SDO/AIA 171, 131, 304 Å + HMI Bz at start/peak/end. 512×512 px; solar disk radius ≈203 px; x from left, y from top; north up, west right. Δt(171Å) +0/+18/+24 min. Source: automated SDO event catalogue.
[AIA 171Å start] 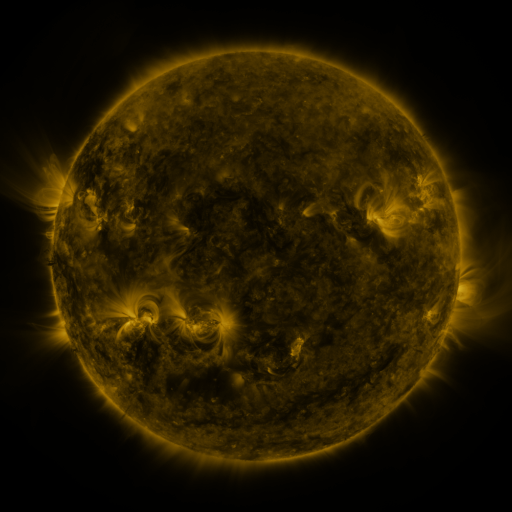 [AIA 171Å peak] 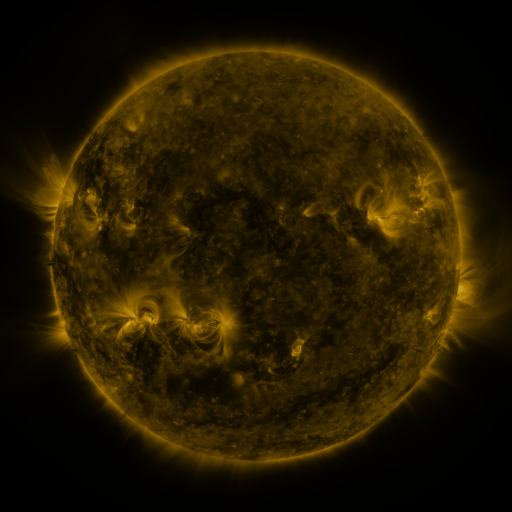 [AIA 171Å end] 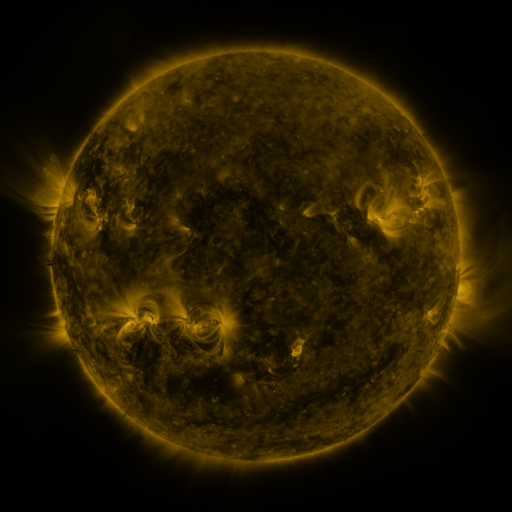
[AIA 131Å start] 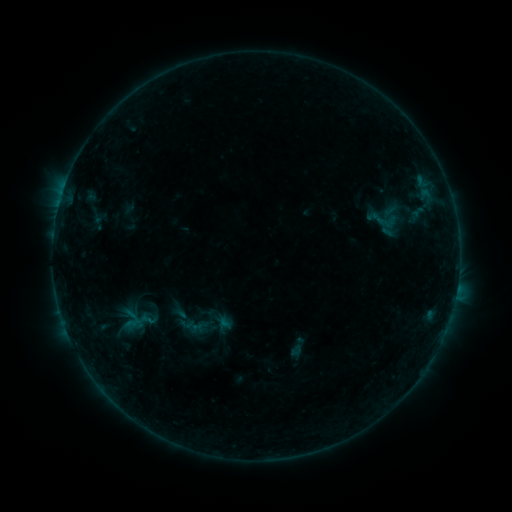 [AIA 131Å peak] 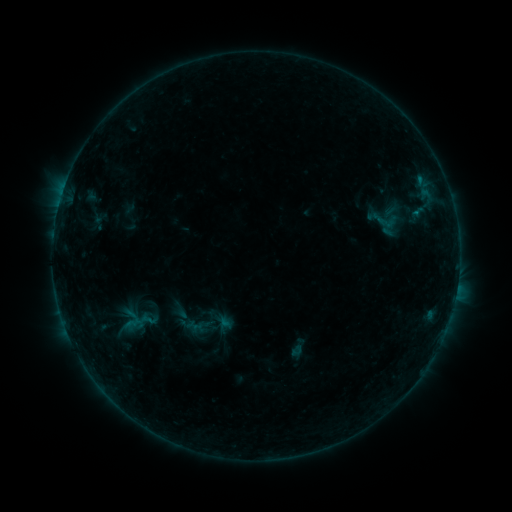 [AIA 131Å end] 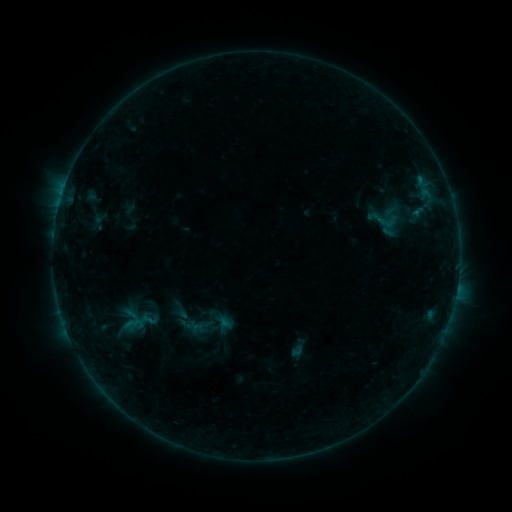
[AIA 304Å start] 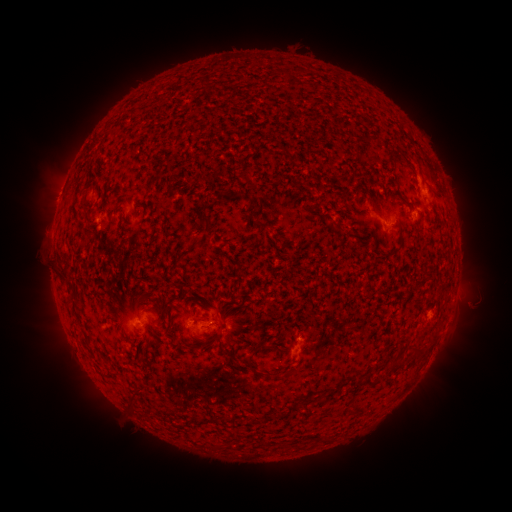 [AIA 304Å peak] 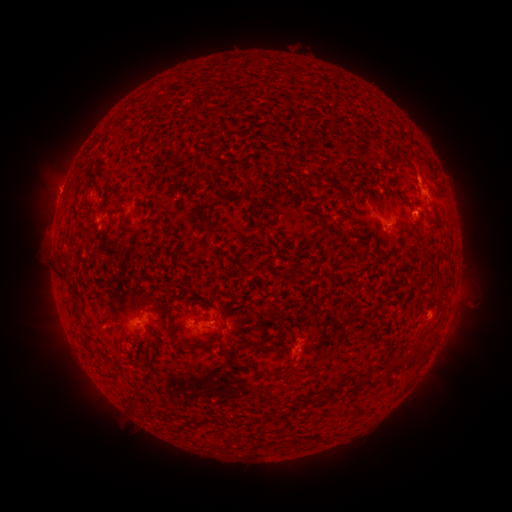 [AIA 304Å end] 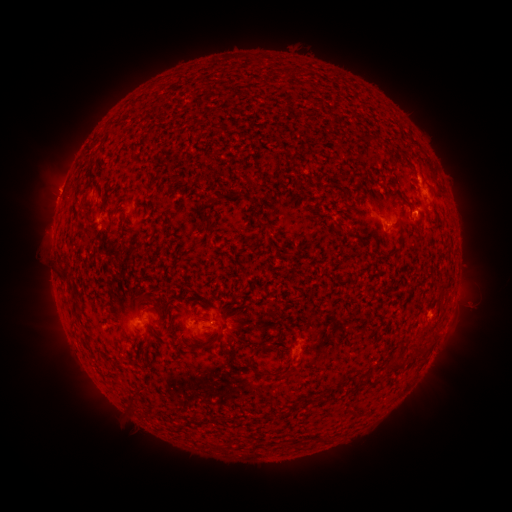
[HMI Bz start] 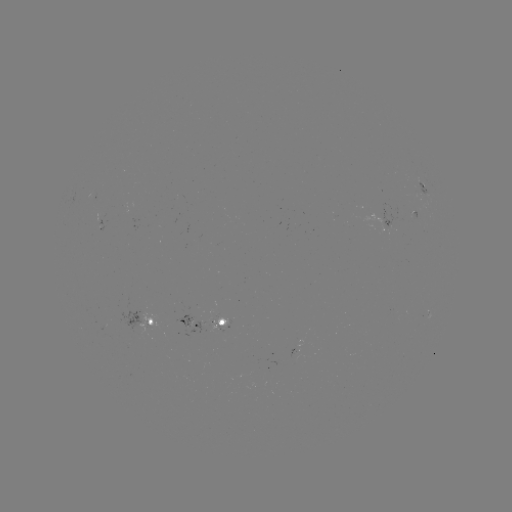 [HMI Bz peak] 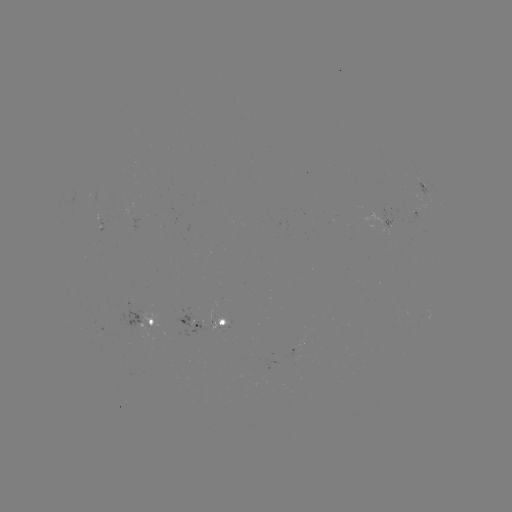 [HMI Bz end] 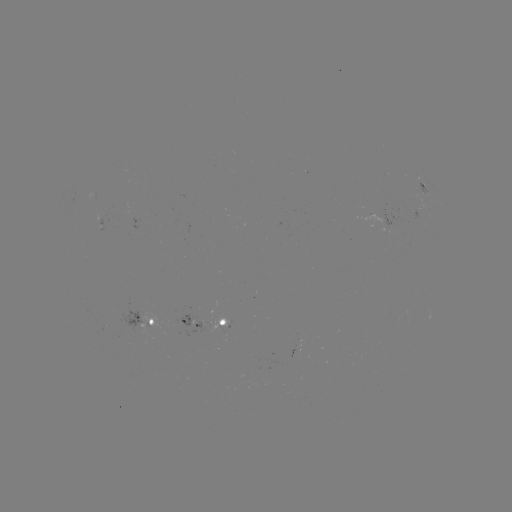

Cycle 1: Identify B3.0 flare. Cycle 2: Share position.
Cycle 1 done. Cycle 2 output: [416, 214].